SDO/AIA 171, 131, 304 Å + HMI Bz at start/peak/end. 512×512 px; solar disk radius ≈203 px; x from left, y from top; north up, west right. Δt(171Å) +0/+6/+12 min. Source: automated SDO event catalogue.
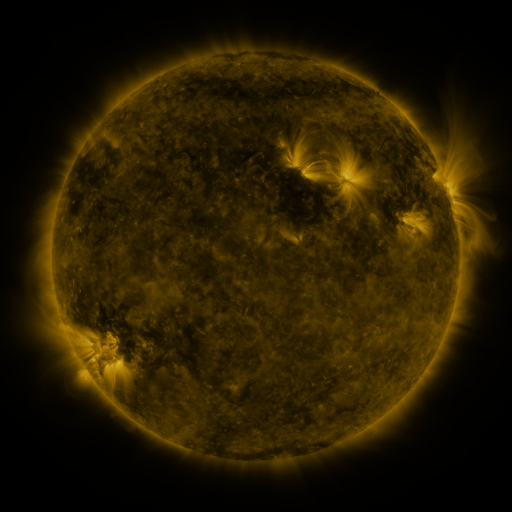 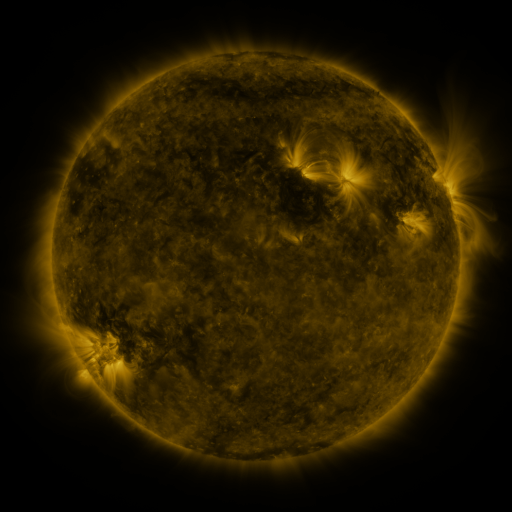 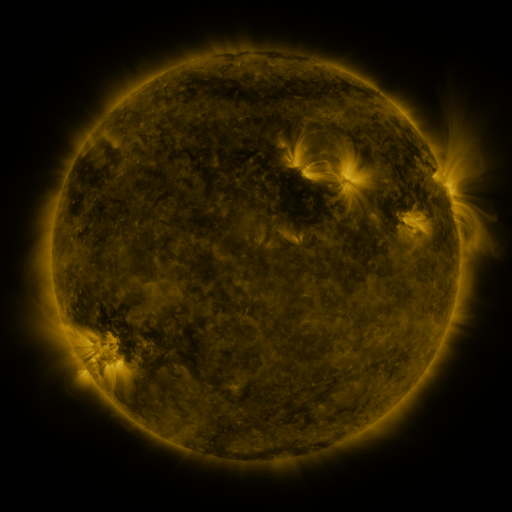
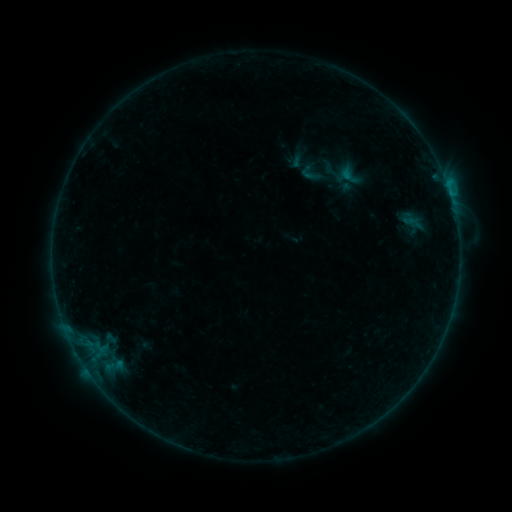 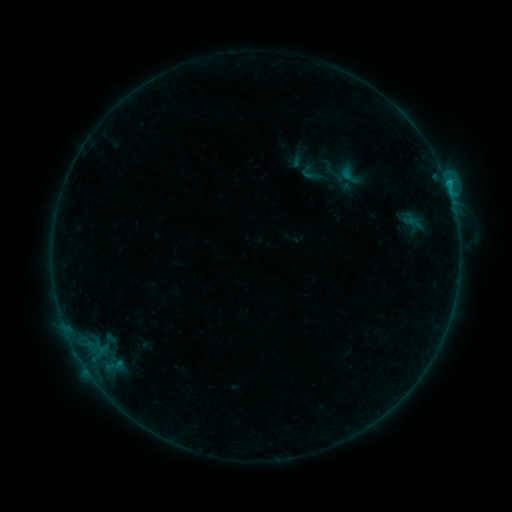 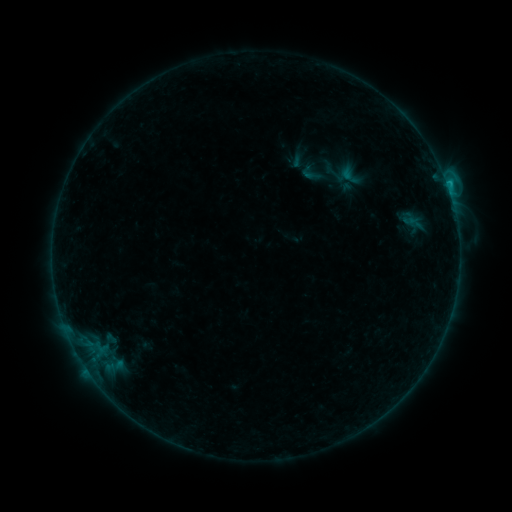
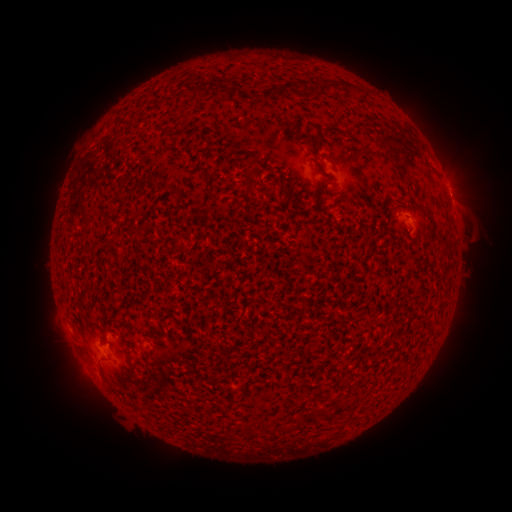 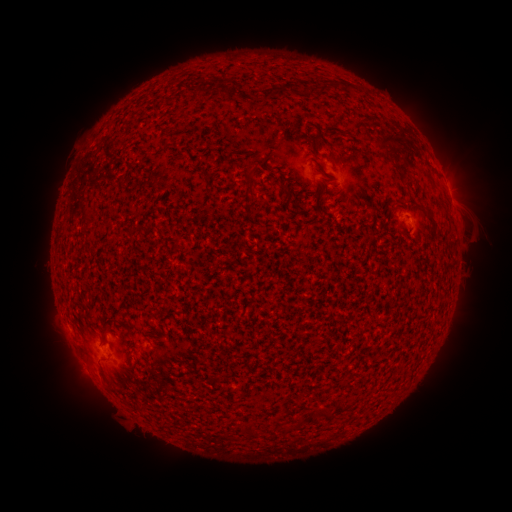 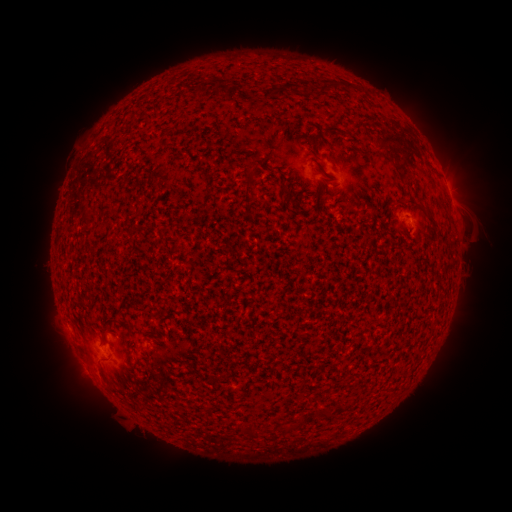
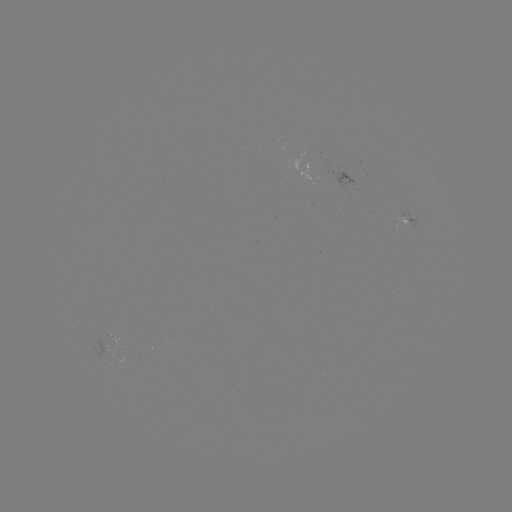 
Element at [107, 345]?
B7.0 flare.